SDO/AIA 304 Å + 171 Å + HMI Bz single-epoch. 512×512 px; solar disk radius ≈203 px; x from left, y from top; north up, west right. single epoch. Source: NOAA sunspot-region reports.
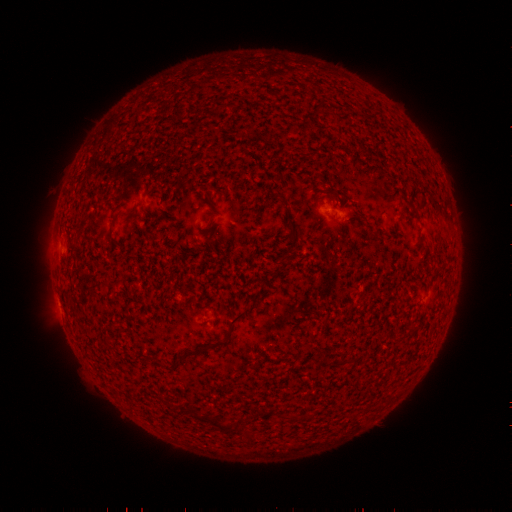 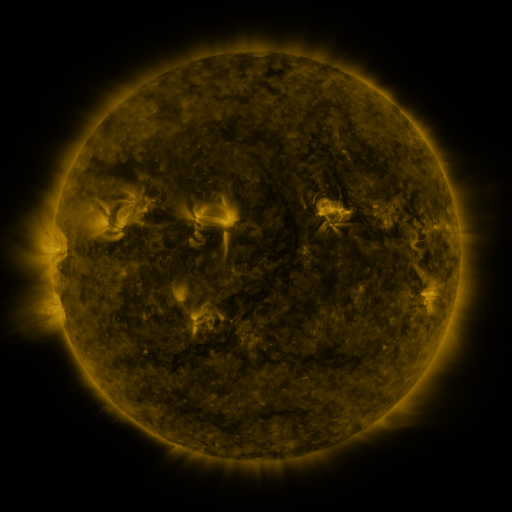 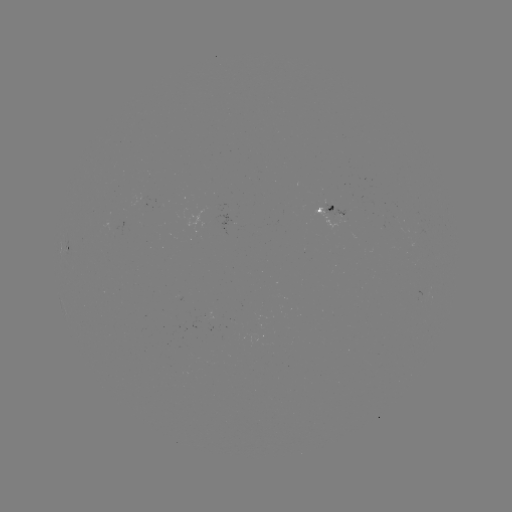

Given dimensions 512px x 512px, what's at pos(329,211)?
spotted active region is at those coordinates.